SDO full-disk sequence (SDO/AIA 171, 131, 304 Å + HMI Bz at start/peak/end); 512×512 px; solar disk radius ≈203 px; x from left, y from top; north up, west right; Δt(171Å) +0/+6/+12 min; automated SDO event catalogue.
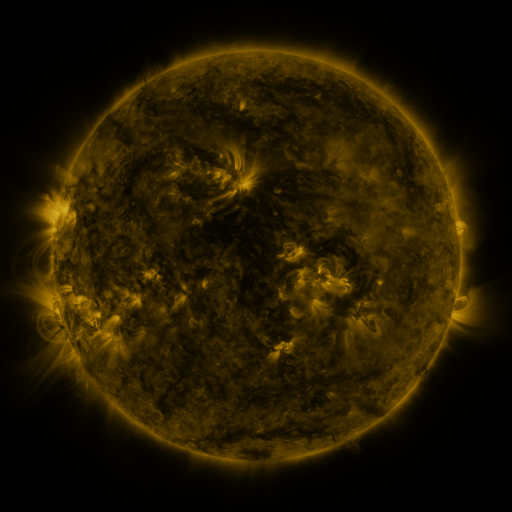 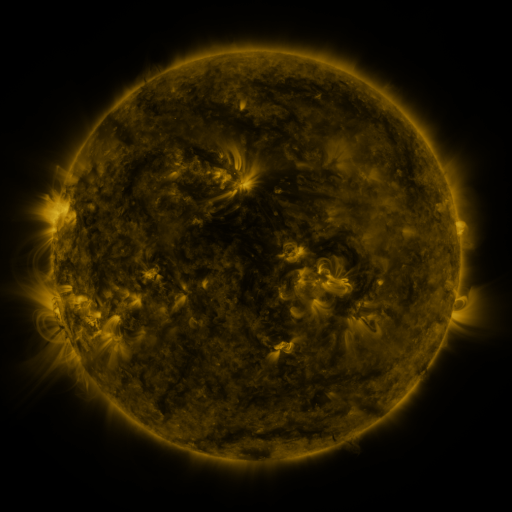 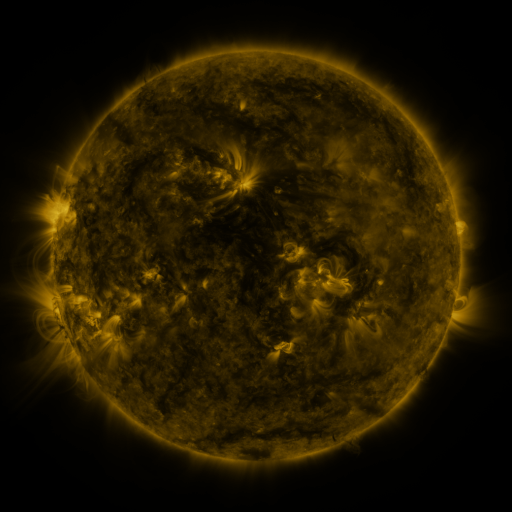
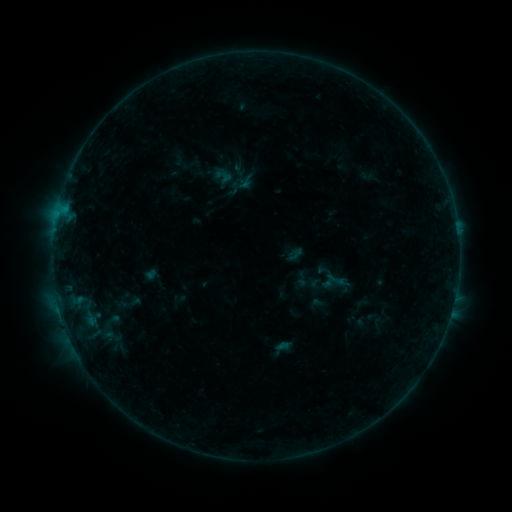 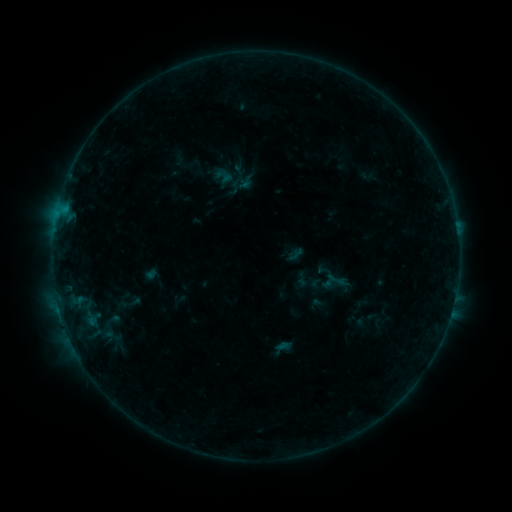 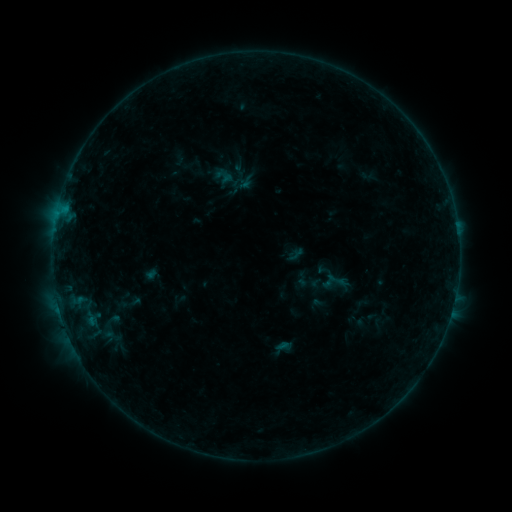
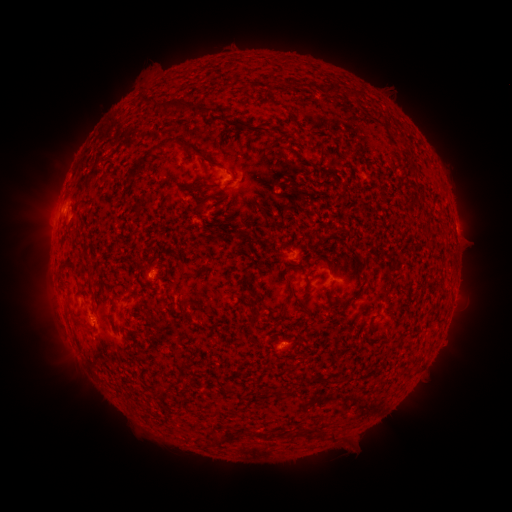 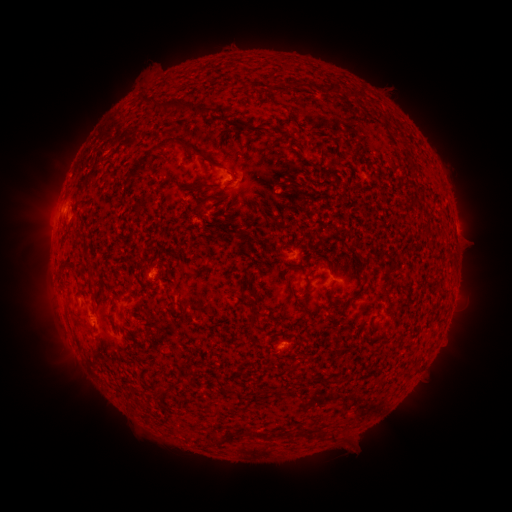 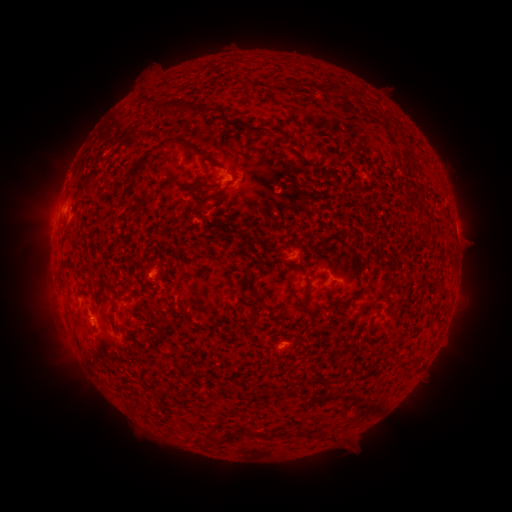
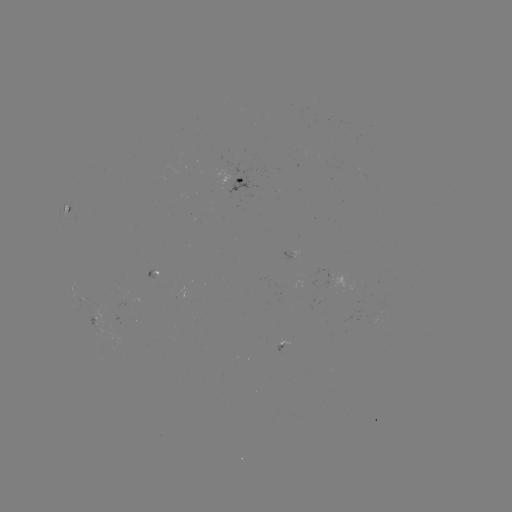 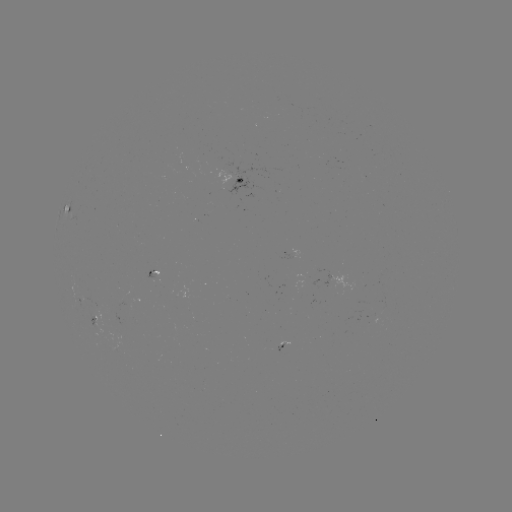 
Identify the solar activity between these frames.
nothing was catalogued: no classed flare, no EUV trigger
